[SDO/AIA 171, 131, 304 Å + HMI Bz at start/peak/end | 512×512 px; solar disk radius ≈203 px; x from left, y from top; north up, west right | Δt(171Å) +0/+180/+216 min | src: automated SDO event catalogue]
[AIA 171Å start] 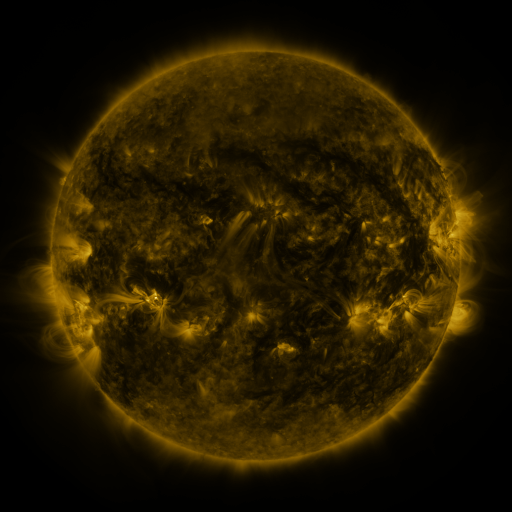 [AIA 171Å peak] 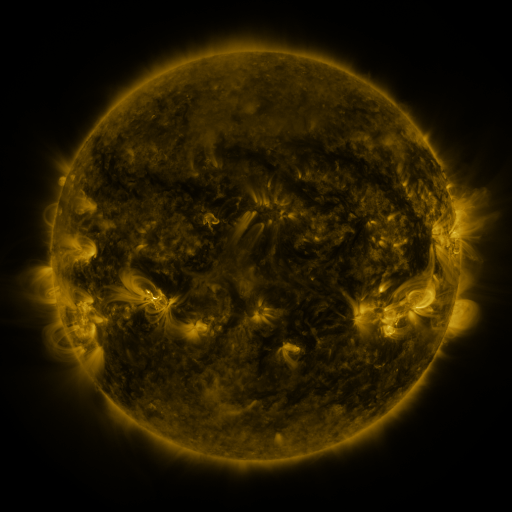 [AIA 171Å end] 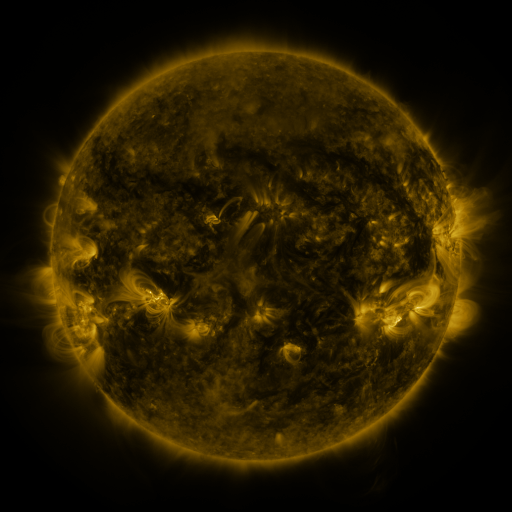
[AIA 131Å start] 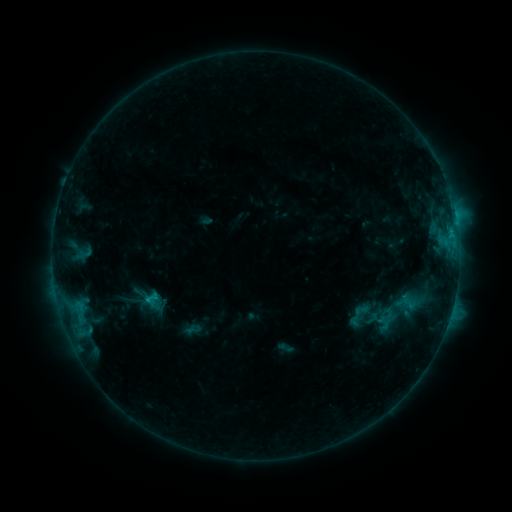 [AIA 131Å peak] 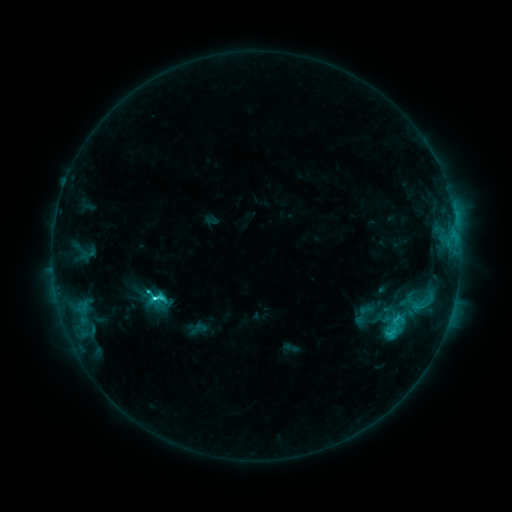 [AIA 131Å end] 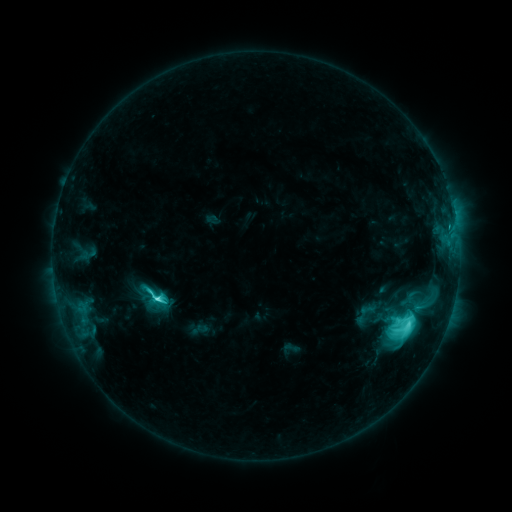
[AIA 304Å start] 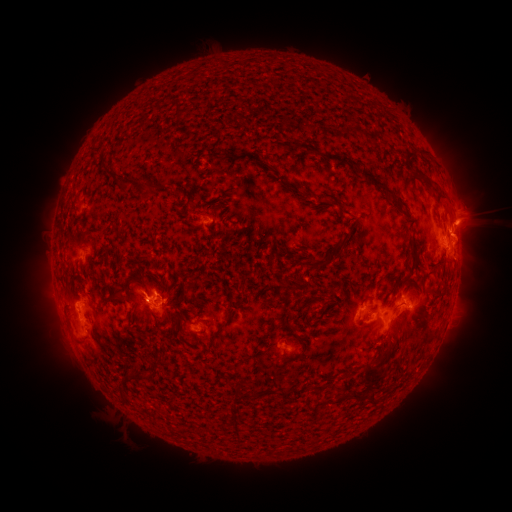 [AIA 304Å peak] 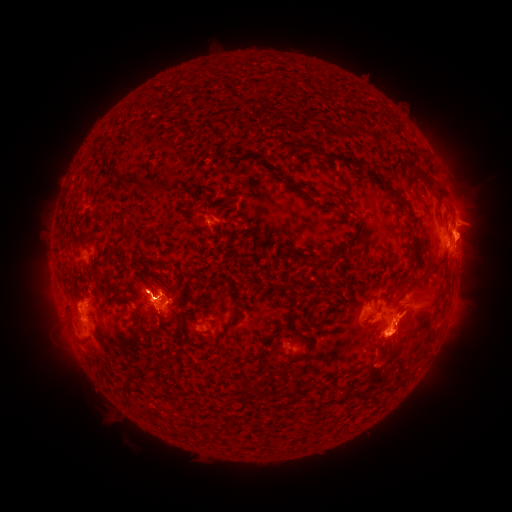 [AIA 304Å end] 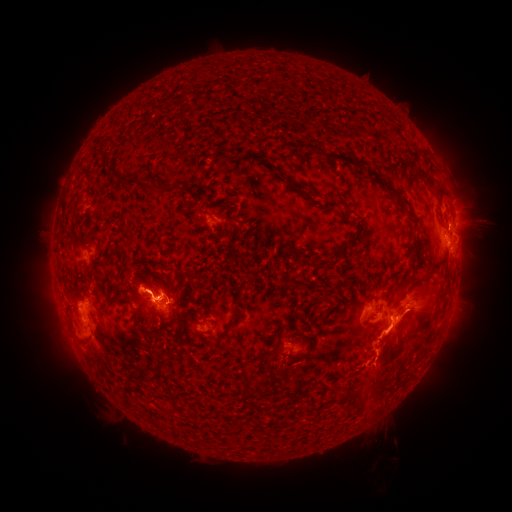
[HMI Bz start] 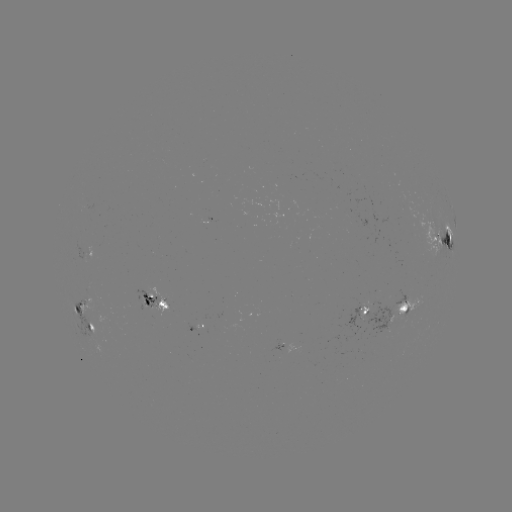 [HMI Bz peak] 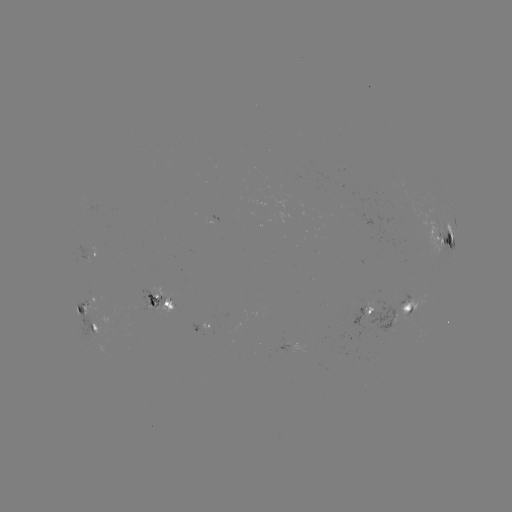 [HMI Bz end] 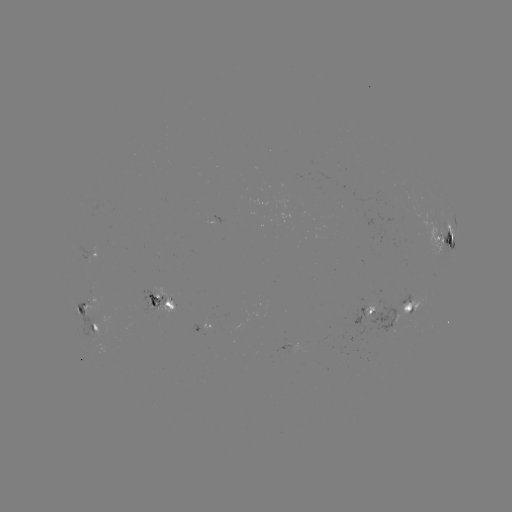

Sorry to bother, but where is emerging-flux region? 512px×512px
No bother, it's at [86, 256].